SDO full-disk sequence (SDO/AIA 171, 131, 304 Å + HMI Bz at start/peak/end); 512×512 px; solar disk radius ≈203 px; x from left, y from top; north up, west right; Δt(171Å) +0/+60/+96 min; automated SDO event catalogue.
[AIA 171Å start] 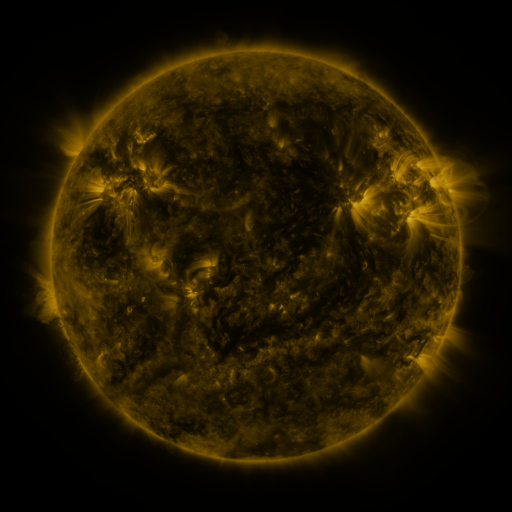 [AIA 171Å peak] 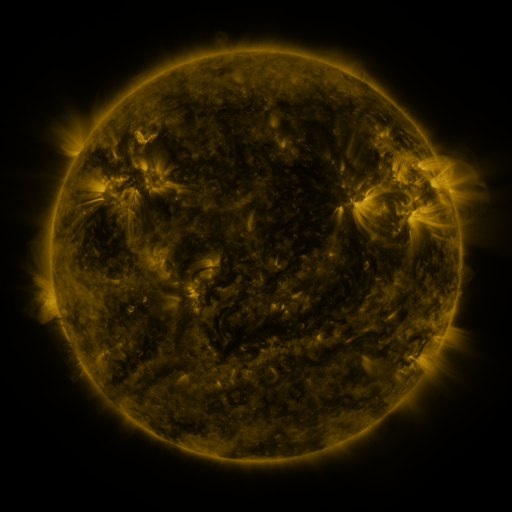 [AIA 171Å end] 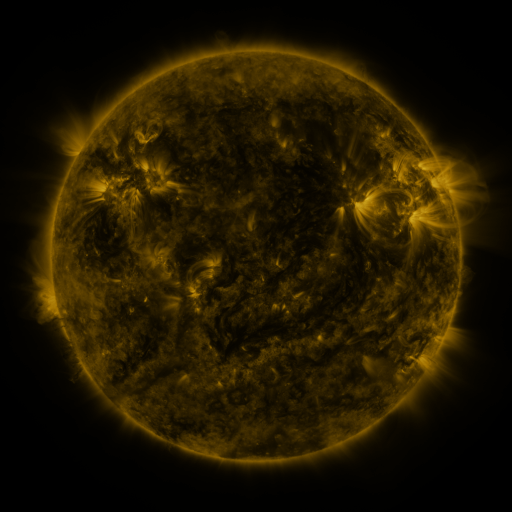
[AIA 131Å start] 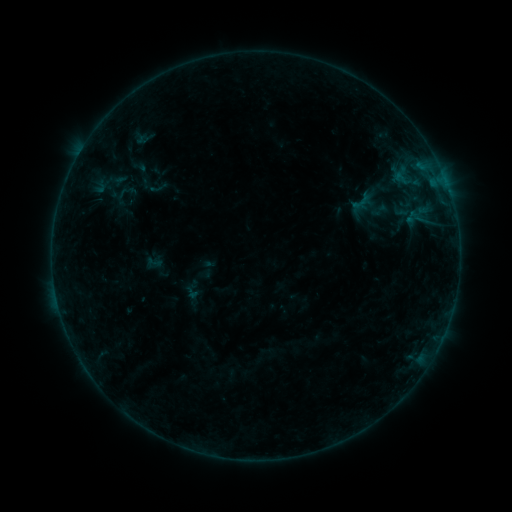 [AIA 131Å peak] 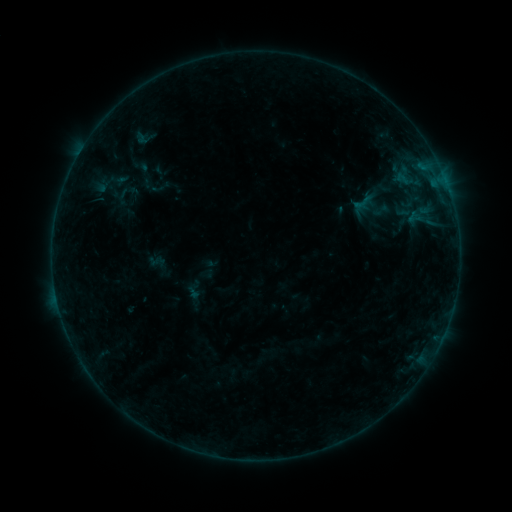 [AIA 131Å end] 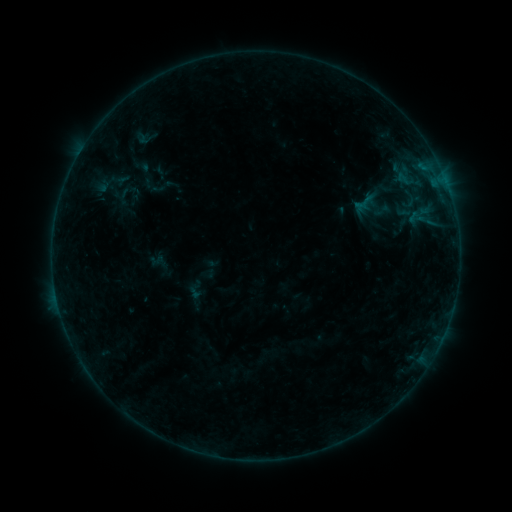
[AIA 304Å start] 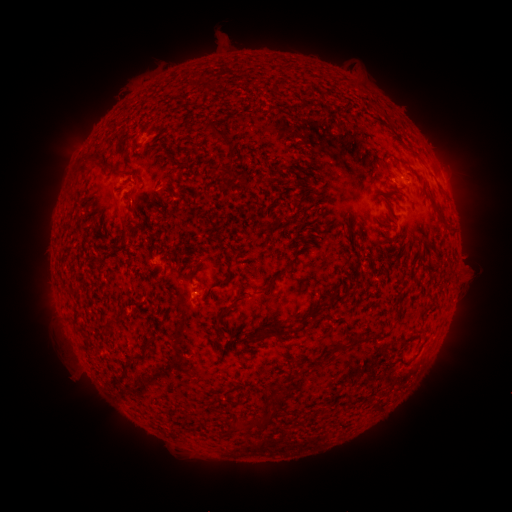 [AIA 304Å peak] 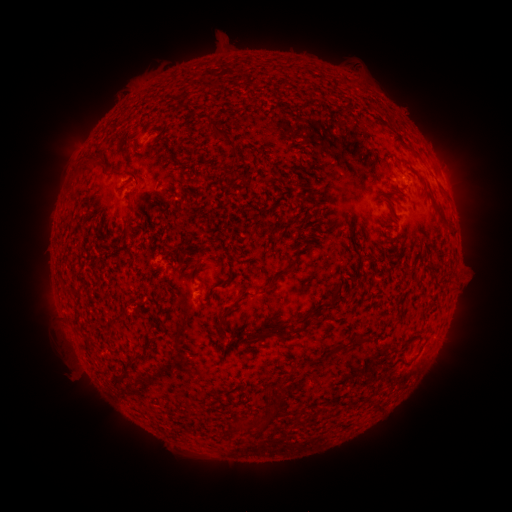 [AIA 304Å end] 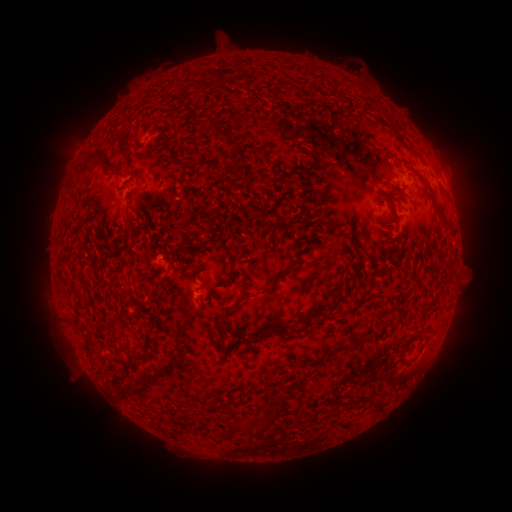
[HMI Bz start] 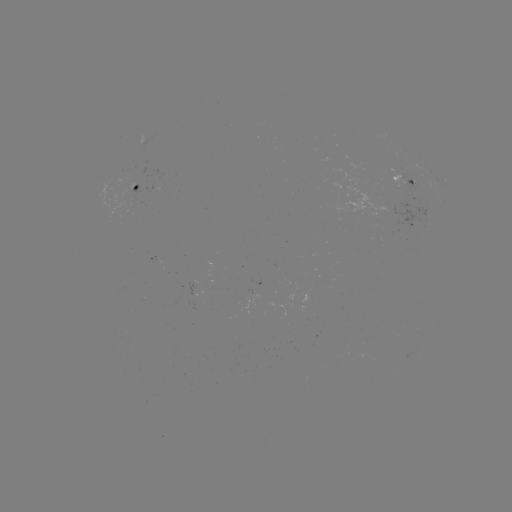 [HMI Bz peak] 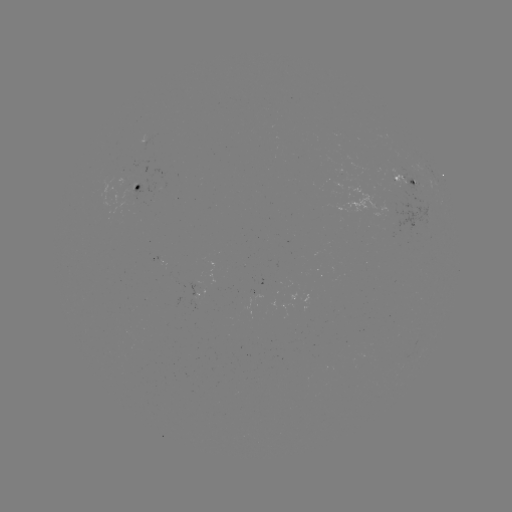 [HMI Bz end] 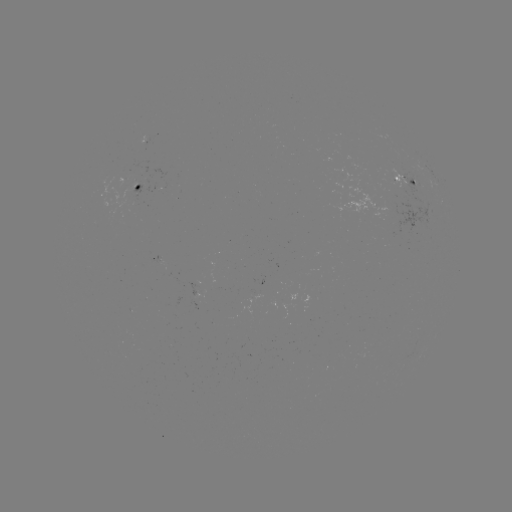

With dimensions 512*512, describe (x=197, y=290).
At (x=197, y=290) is emerging-flux region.